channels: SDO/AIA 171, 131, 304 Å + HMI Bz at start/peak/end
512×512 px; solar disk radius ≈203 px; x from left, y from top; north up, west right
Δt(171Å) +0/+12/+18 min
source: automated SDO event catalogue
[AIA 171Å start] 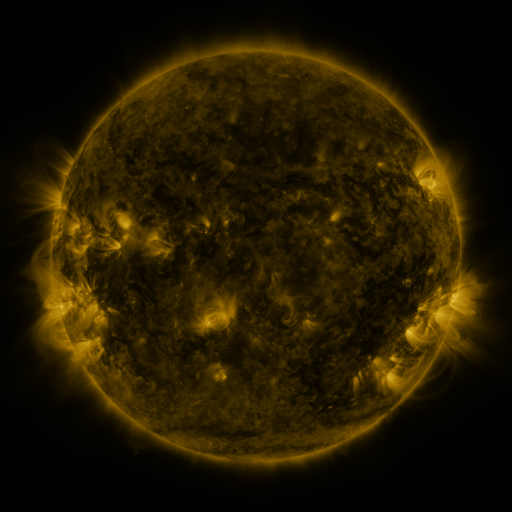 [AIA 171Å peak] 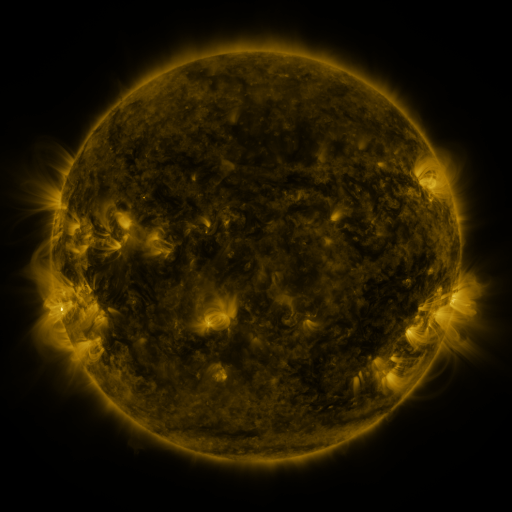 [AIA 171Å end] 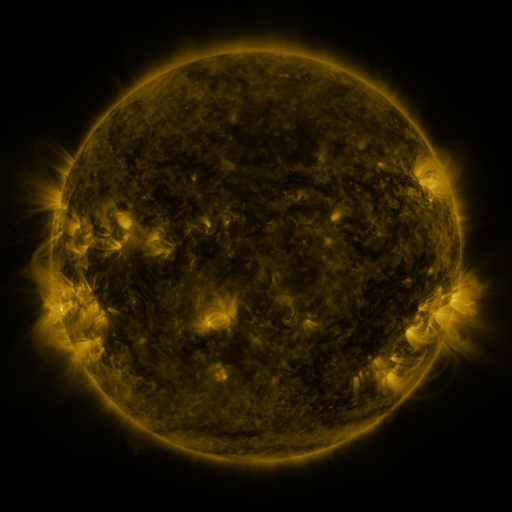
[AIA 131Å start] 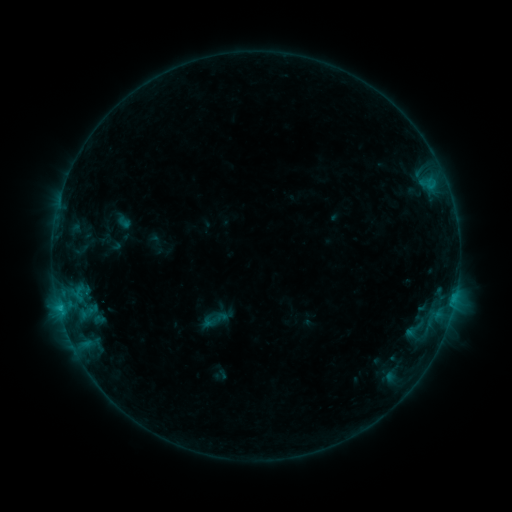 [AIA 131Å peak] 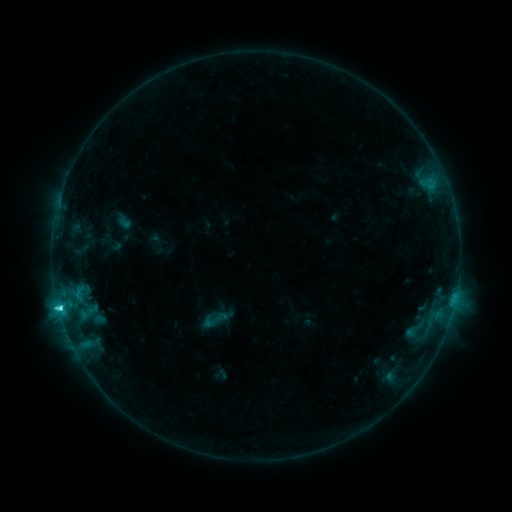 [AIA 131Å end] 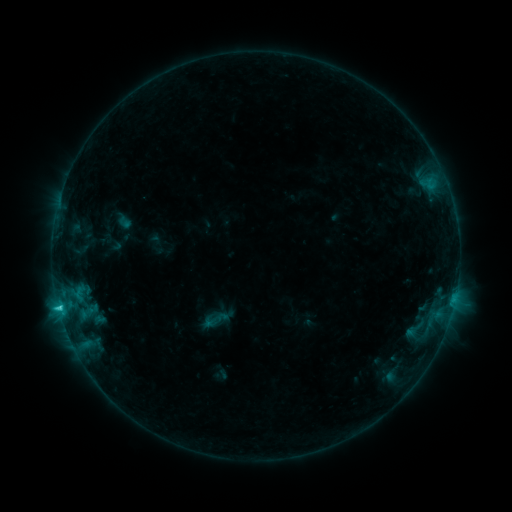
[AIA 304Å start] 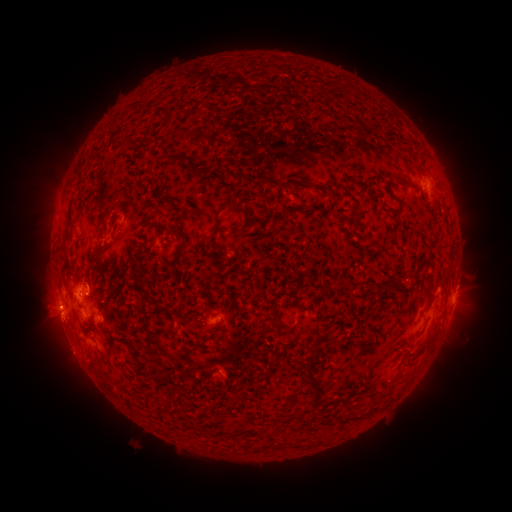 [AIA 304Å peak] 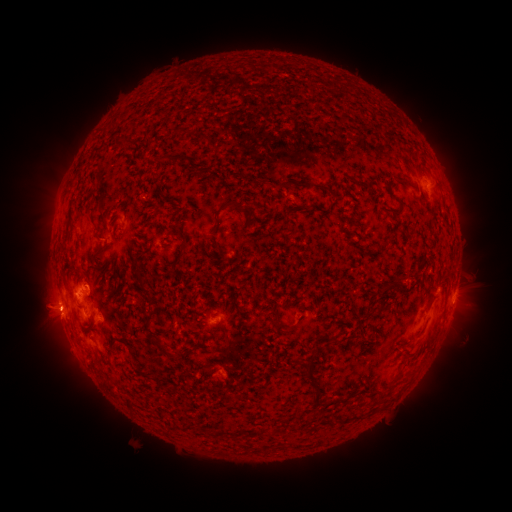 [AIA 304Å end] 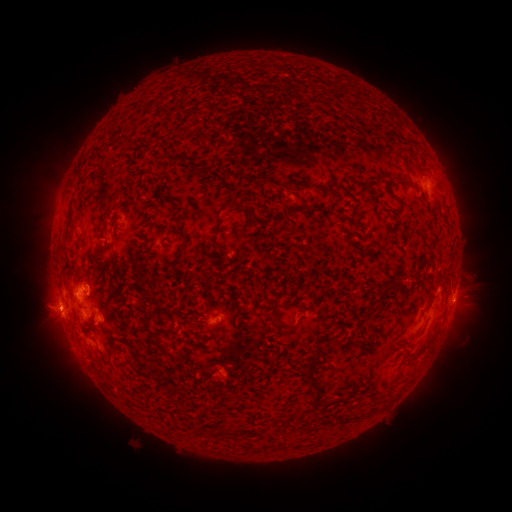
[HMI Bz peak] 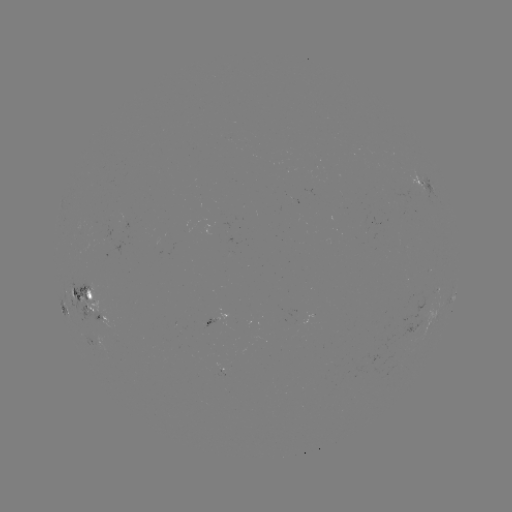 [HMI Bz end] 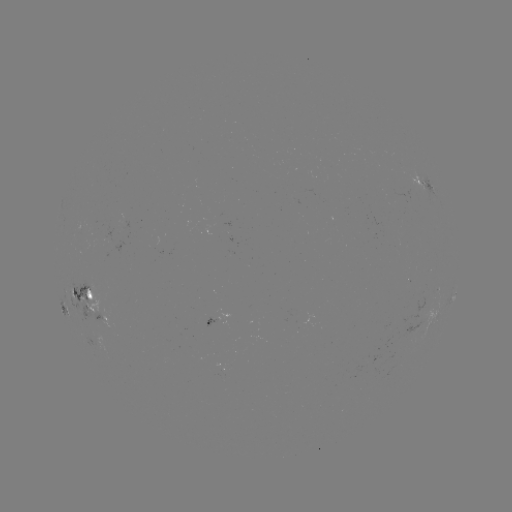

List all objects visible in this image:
C2.6 flare: (59, 306)
